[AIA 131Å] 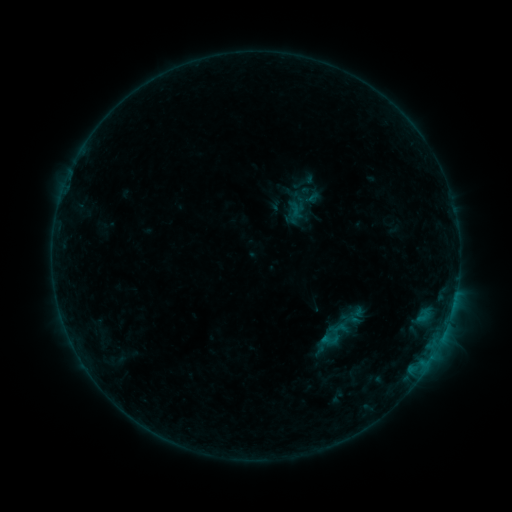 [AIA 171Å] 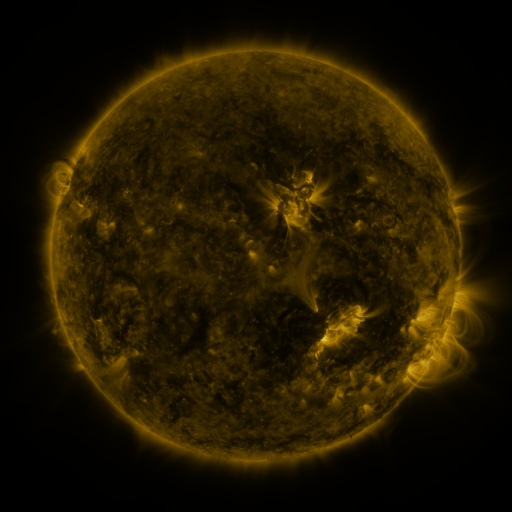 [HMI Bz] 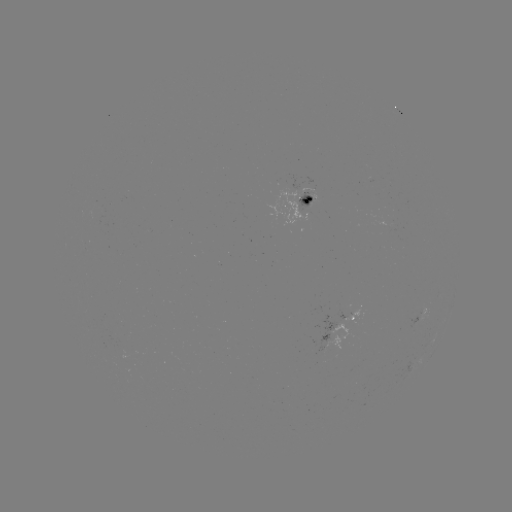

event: sigmoid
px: (335, 335)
